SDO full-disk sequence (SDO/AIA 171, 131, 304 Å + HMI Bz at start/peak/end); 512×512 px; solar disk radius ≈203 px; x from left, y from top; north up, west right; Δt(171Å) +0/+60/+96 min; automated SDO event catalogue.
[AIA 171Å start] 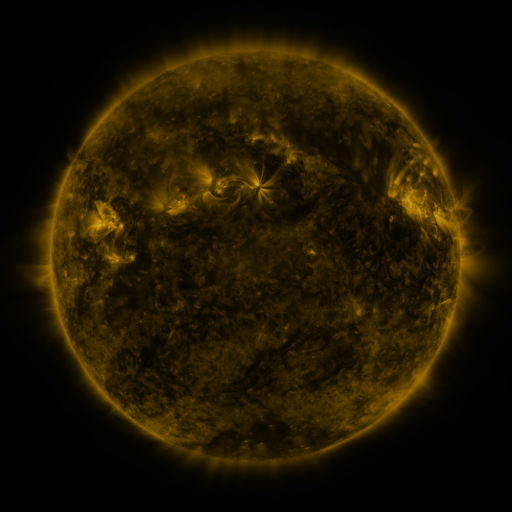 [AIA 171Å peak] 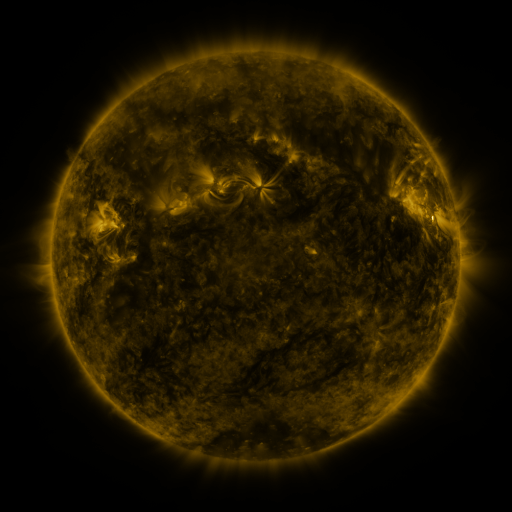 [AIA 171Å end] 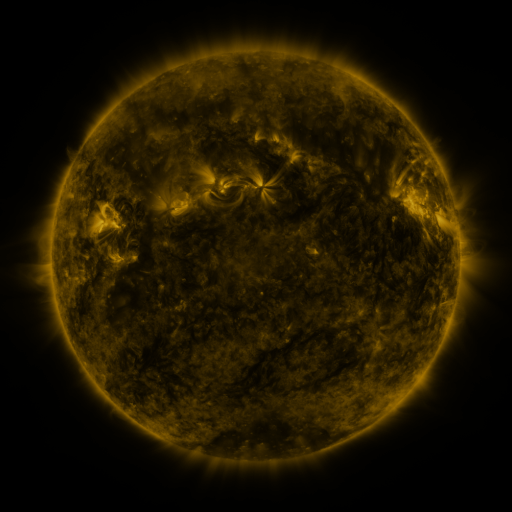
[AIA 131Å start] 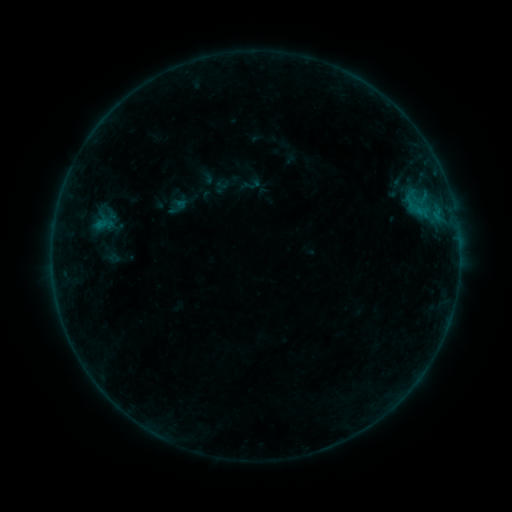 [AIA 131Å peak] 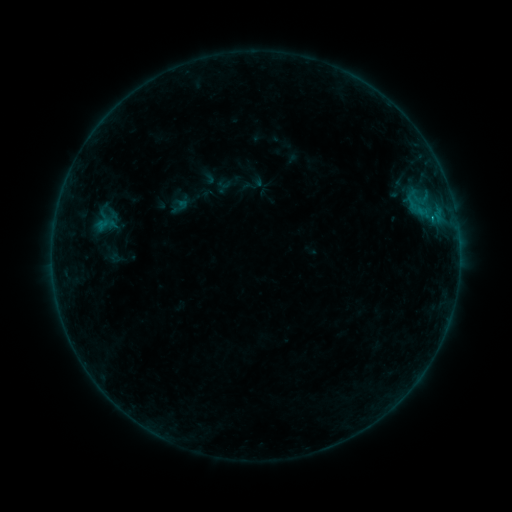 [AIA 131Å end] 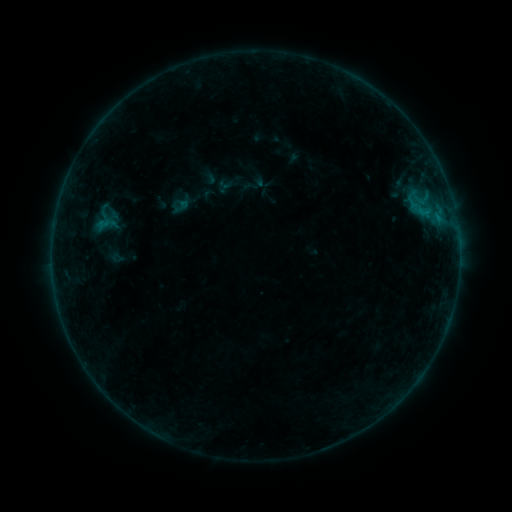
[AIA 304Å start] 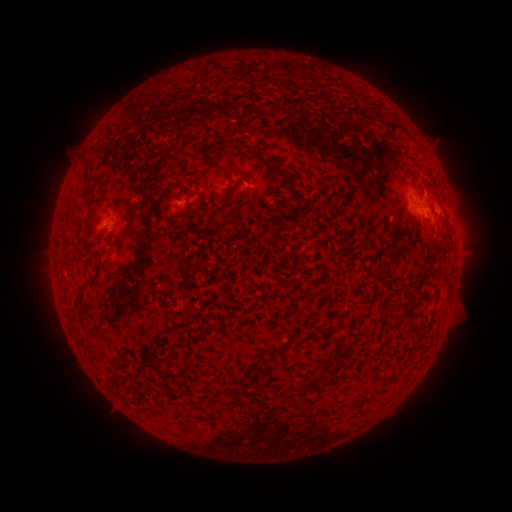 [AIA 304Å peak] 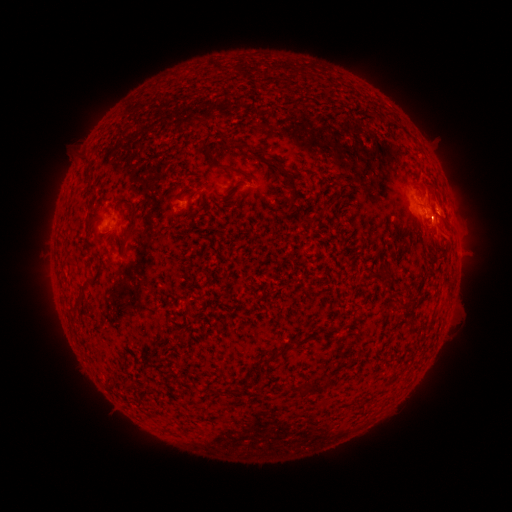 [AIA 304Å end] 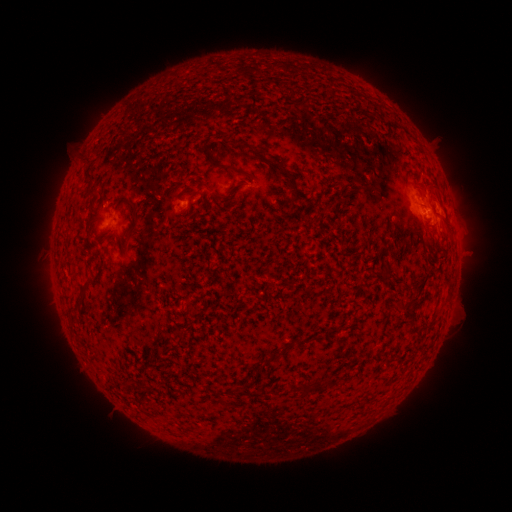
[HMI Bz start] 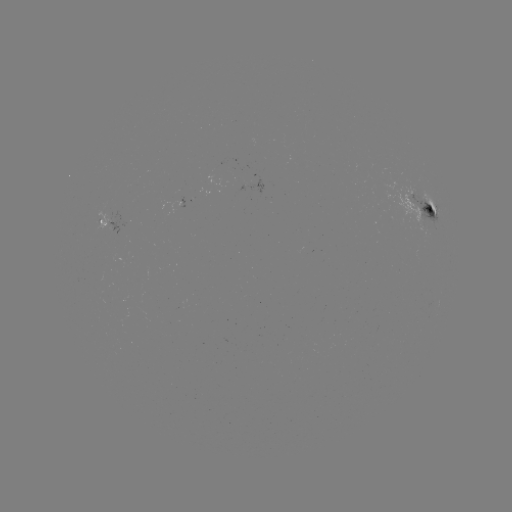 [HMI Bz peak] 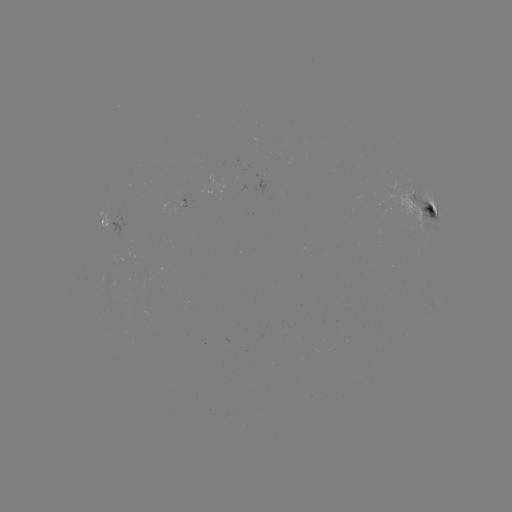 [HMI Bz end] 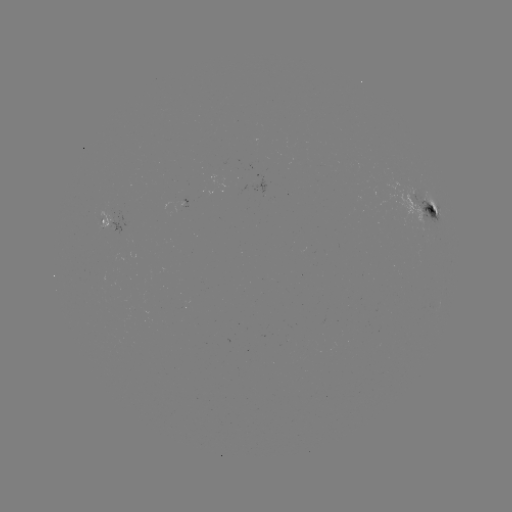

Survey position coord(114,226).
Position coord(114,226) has emerging-flux region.